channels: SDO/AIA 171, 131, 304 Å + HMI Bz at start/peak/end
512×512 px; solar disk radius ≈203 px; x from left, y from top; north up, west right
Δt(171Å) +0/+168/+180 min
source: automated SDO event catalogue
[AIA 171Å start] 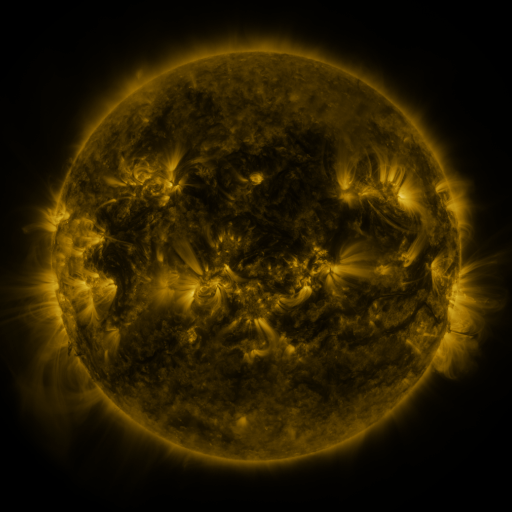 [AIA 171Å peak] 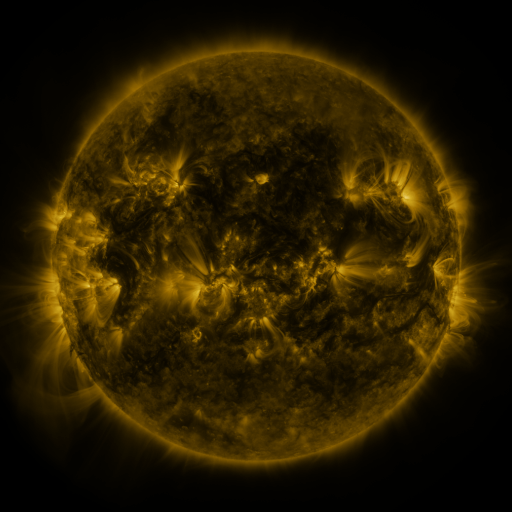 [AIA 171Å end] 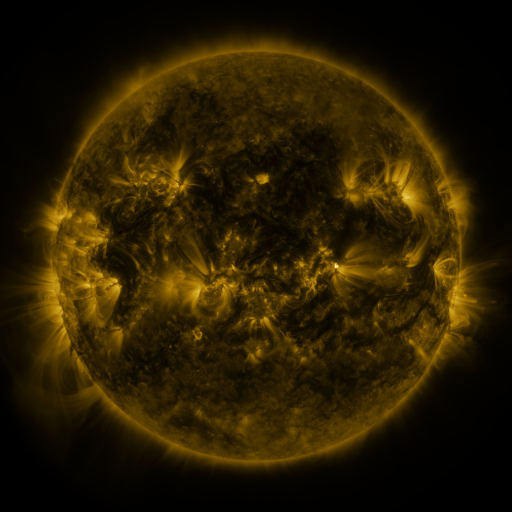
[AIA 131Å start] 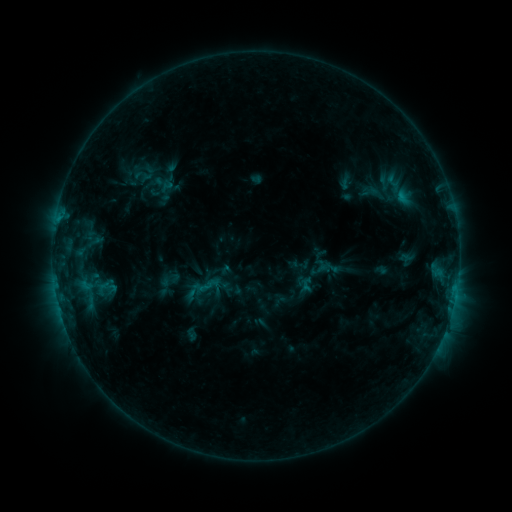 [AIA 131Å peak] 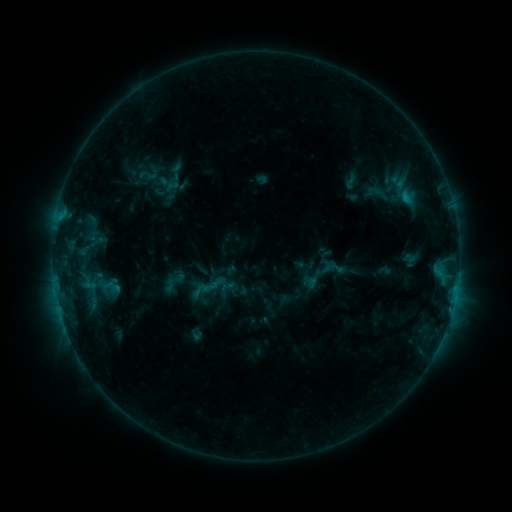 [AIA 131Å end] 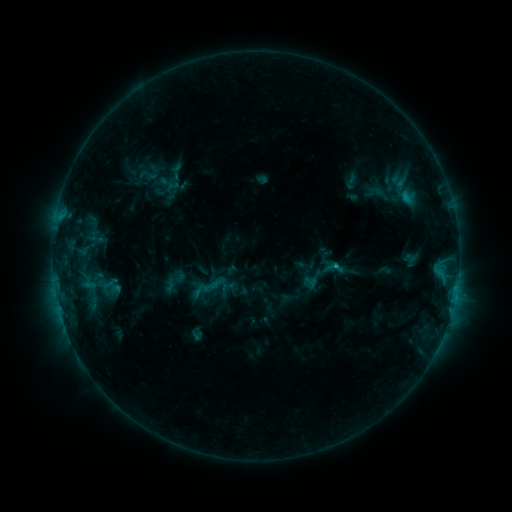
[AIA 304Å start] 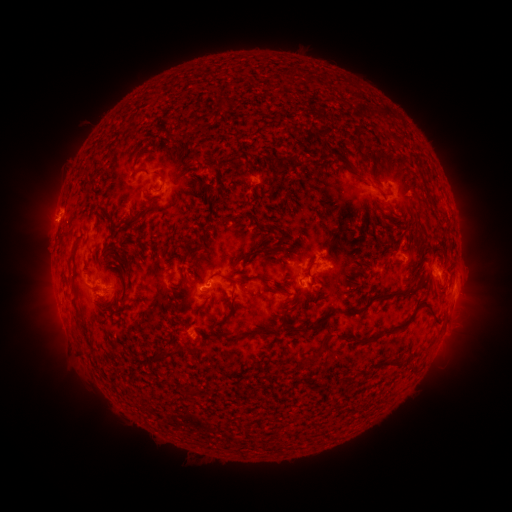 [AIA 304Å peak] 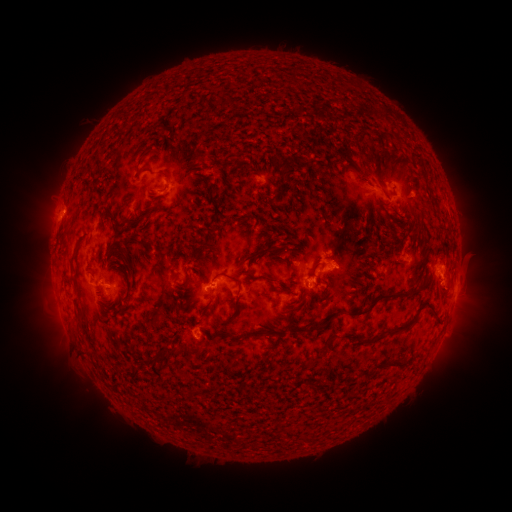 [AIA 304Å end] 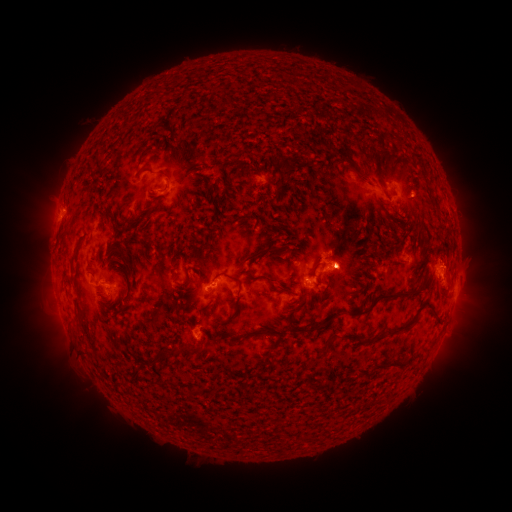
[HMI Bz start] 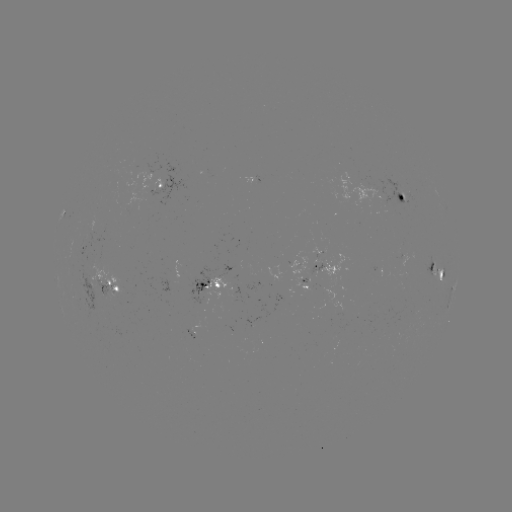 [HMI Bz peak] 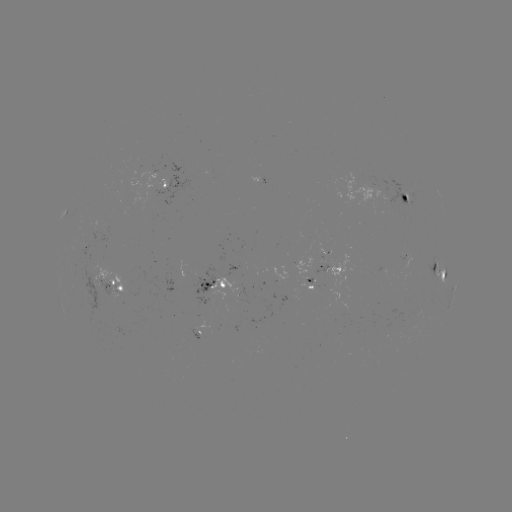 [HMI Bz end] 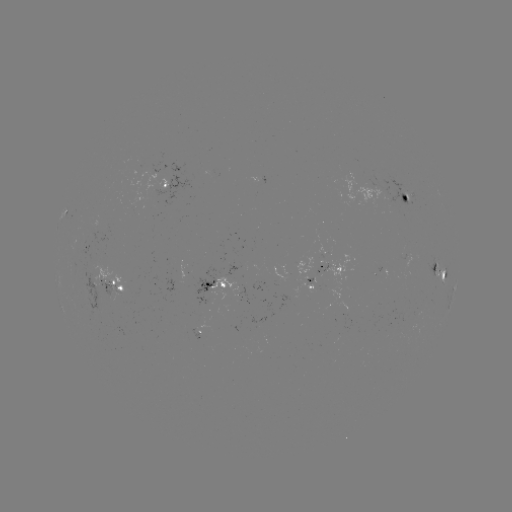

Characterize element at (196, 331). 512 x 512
emerging-flux region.